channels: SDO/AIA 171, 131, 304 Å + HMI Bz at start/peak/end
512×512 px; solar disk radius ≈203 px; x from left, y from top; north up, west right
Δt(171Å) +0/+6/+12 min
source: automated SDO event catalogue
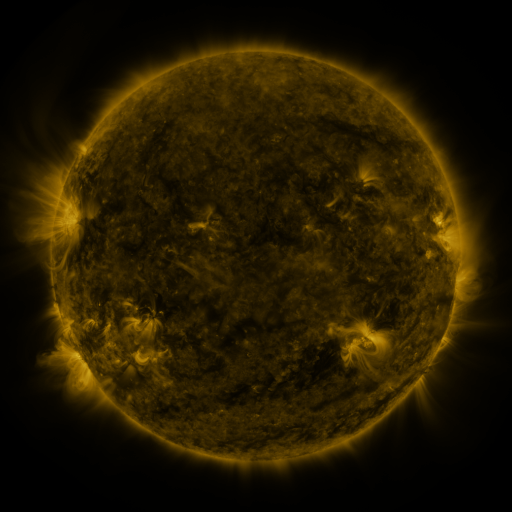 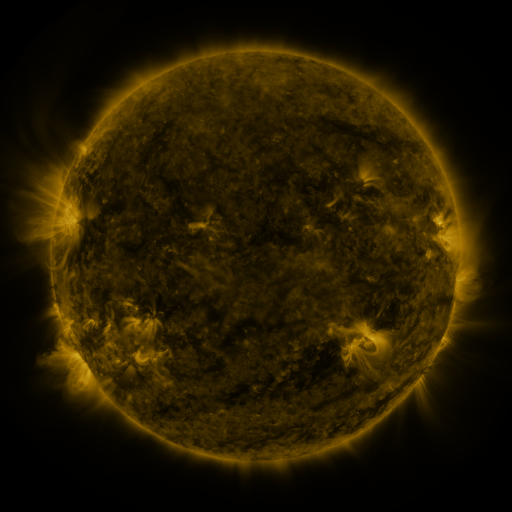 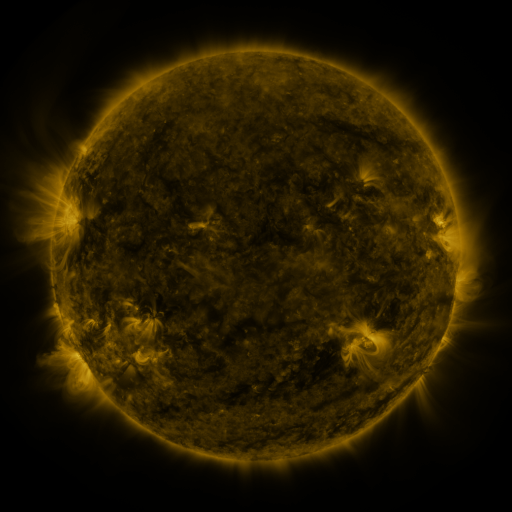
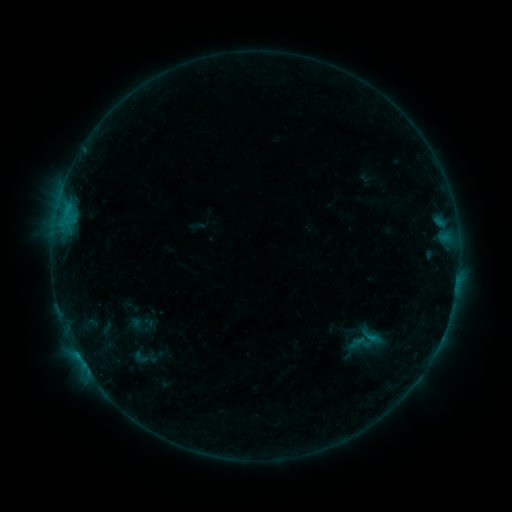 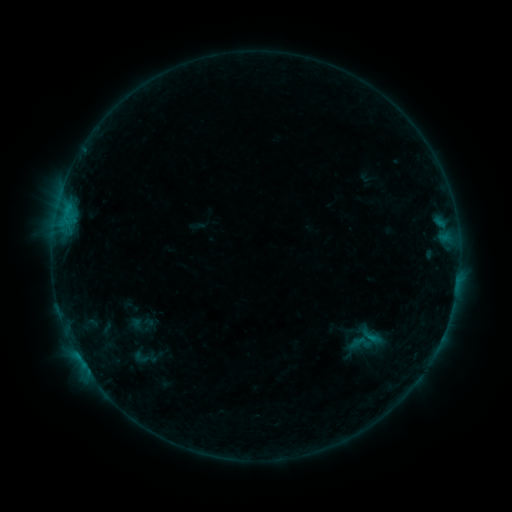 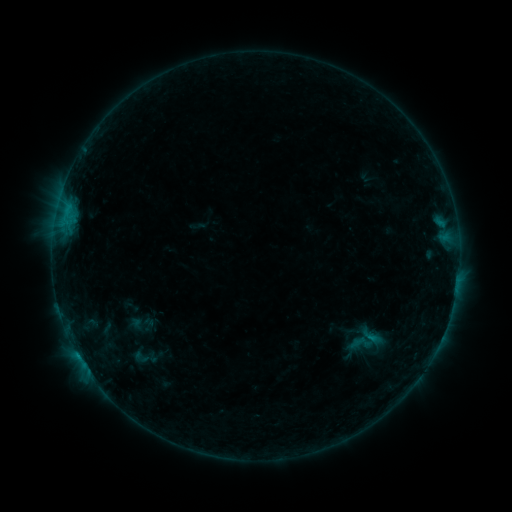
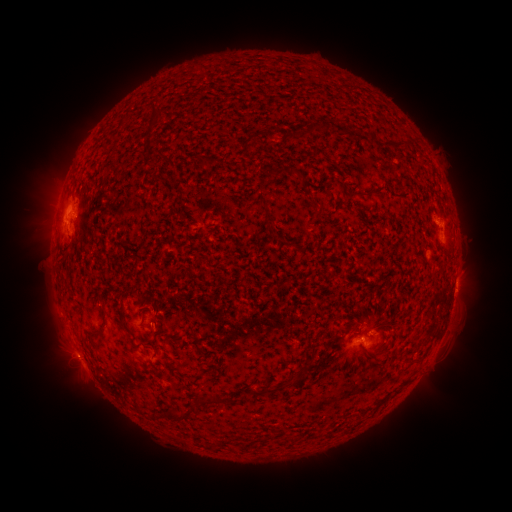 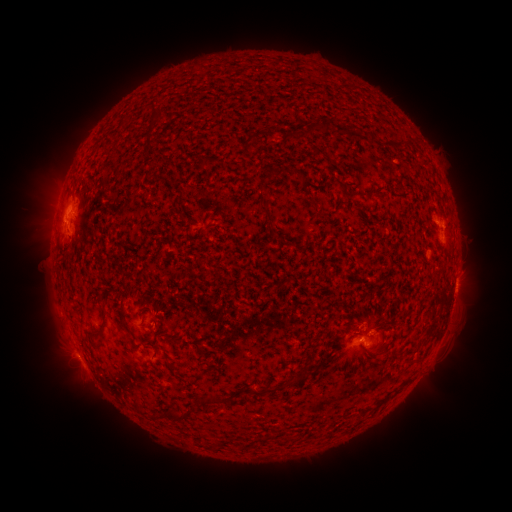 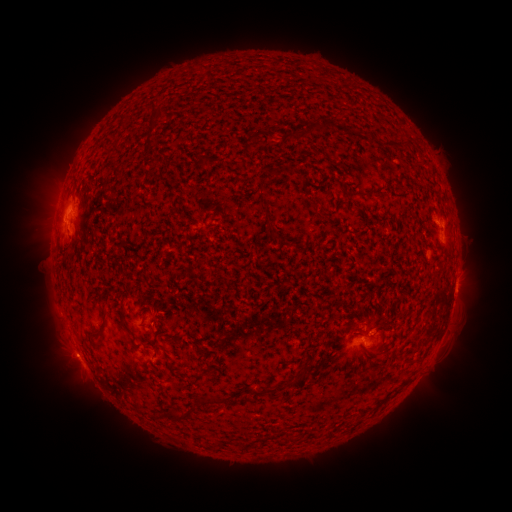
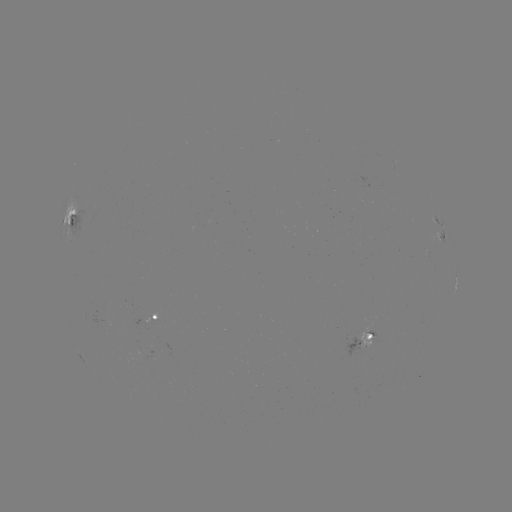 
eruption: (47, 336, 94, 382)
